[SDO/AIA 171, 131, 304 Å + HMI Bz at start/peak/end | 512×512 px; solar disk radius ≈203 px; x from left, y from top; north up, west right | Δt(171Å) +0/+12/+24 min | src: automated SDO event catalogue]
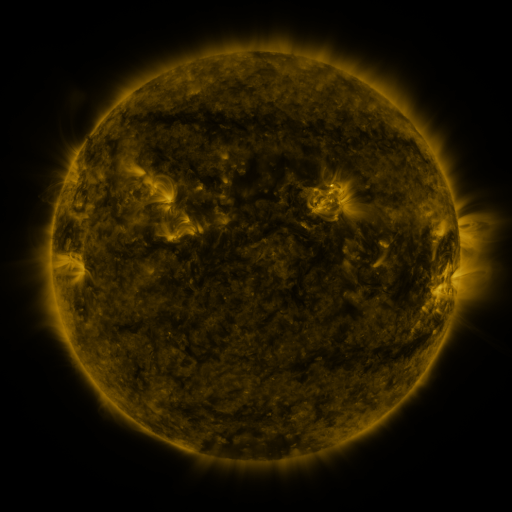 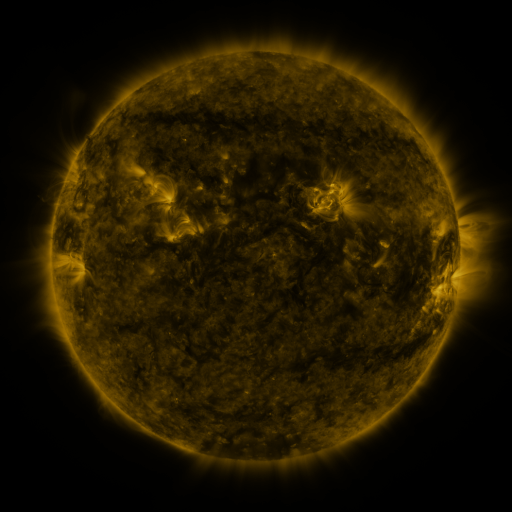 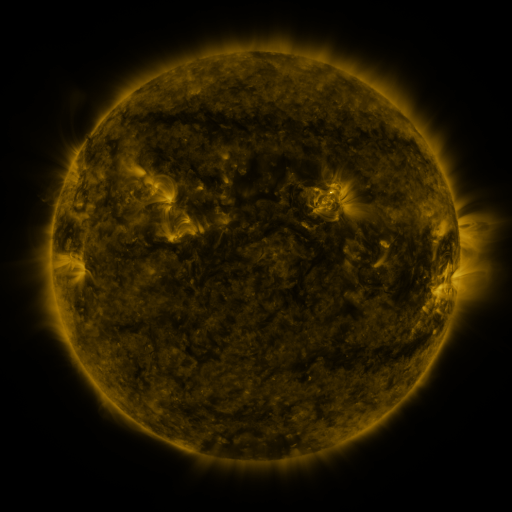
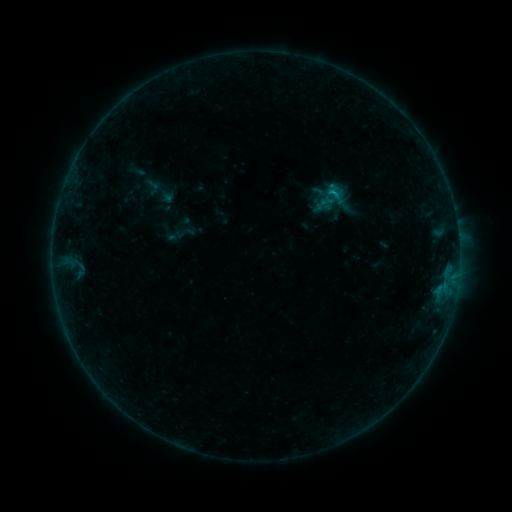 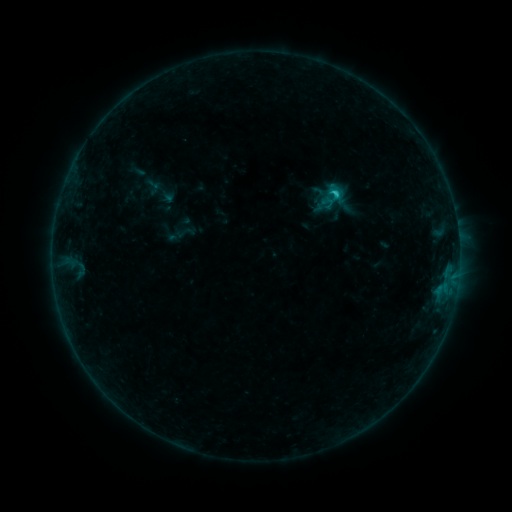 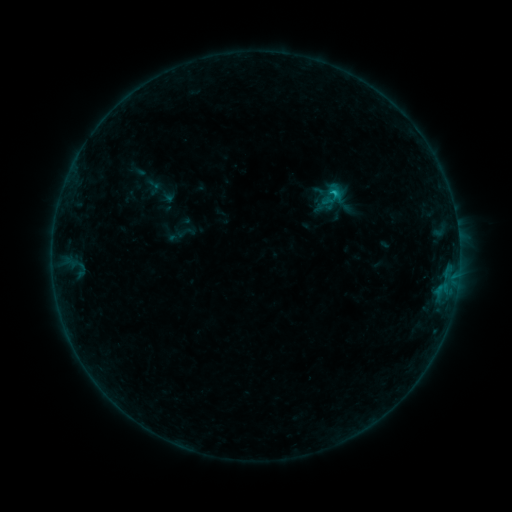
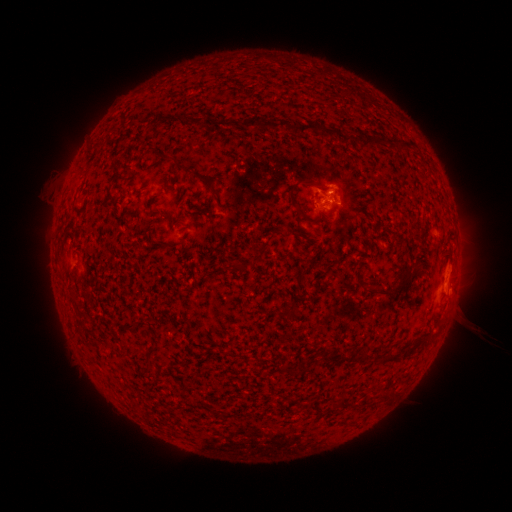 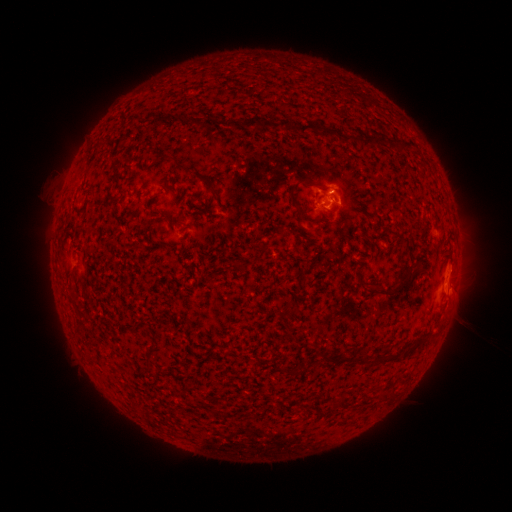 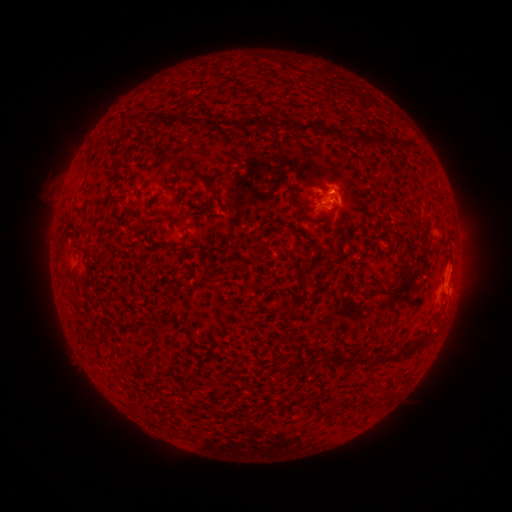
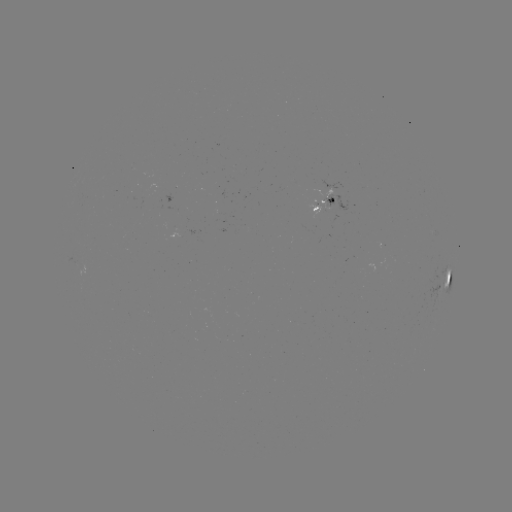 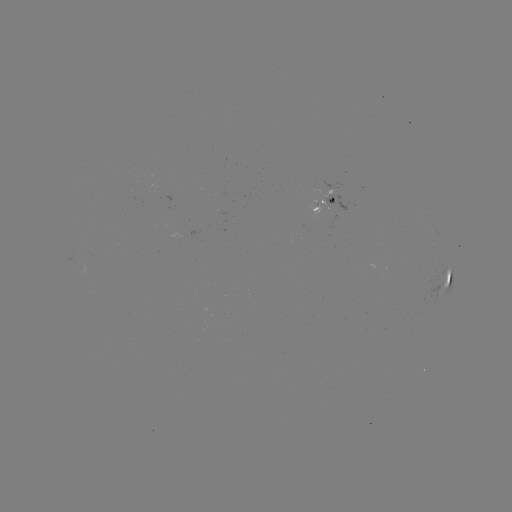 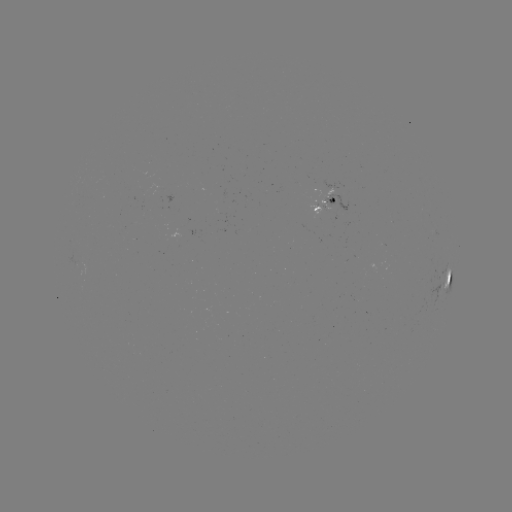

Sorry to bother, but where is B9.3 flare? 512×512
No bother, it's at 332,195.